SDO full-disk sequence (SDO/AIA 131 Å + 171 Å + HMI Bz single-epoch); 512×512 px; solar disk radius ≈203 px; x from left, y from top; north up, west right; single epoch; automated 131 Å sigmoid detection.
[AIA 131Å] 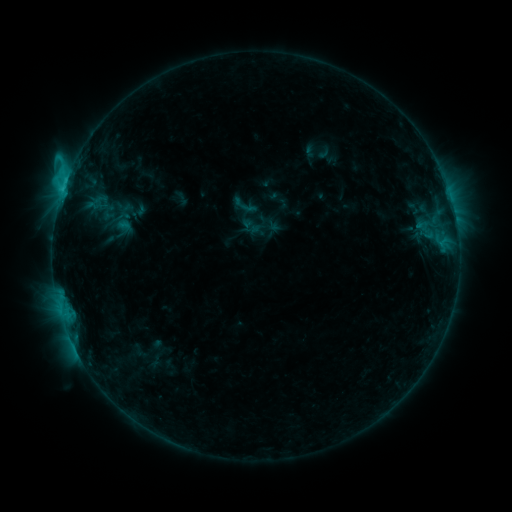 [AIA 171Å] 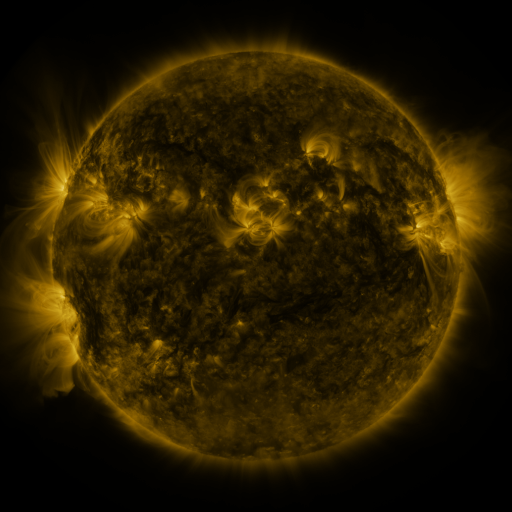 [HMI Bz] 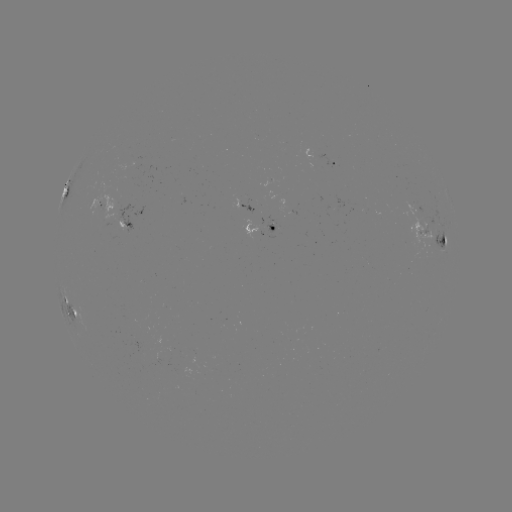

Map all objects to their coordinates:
sigmoid: (231, 192, 258, 219)
